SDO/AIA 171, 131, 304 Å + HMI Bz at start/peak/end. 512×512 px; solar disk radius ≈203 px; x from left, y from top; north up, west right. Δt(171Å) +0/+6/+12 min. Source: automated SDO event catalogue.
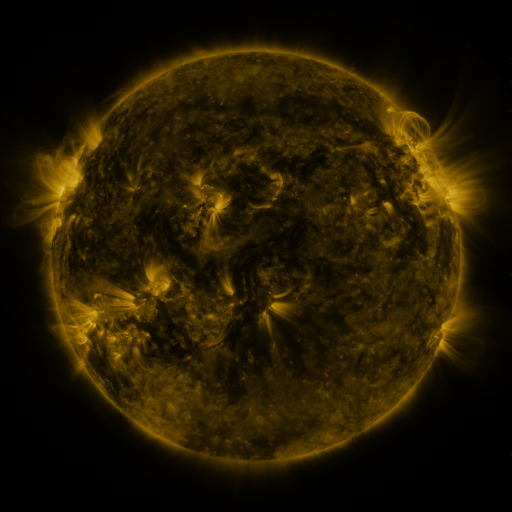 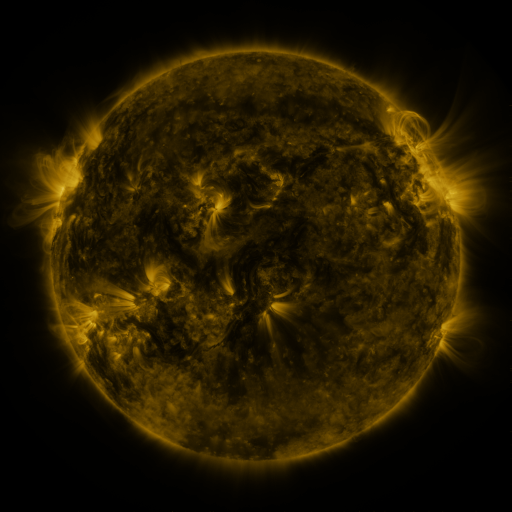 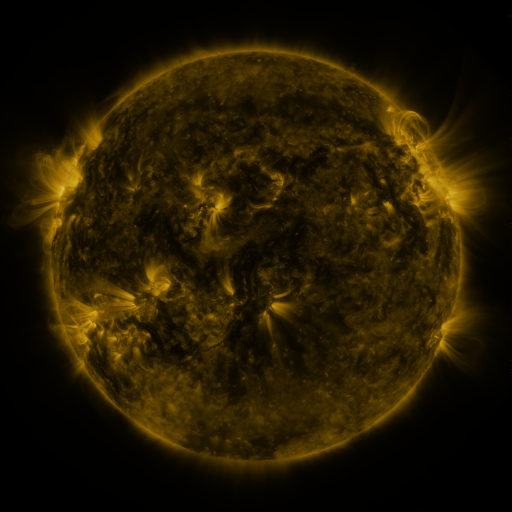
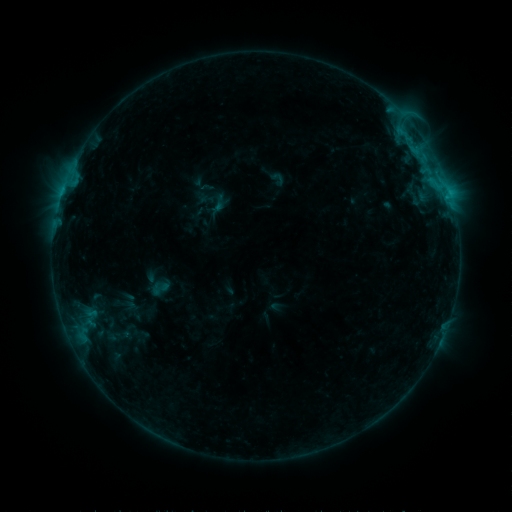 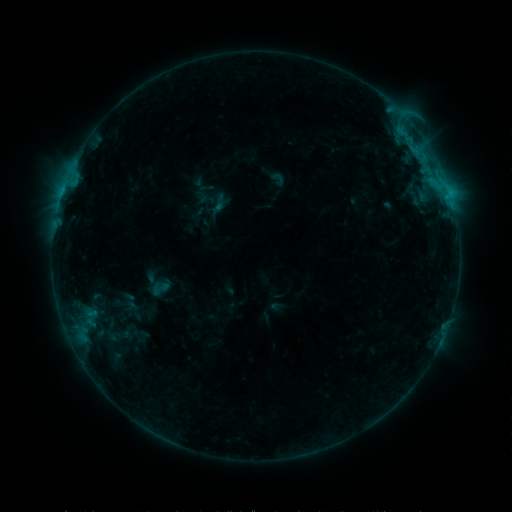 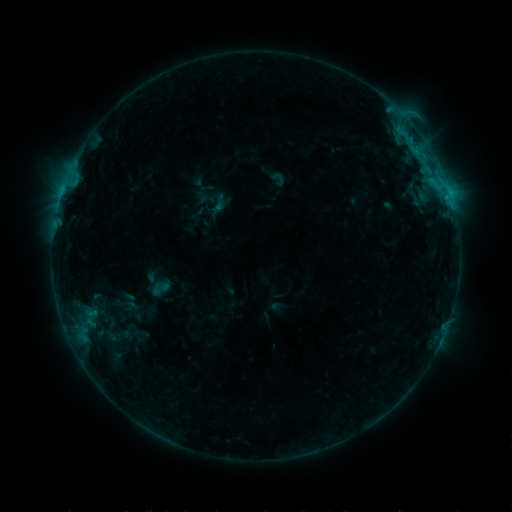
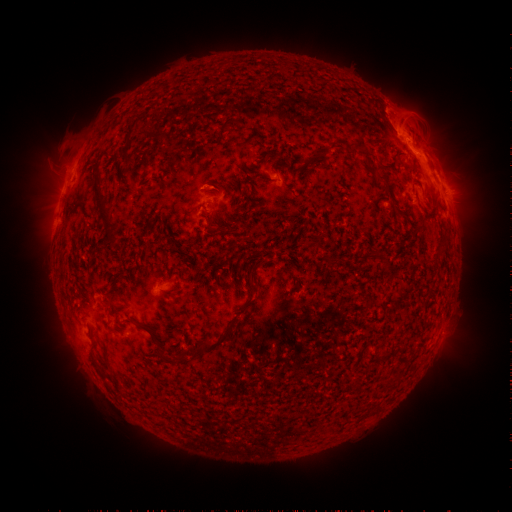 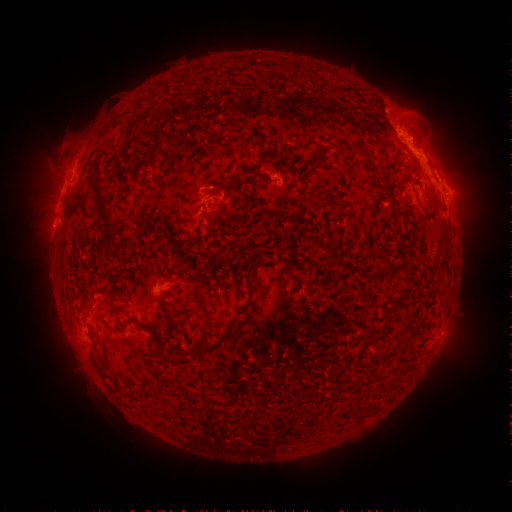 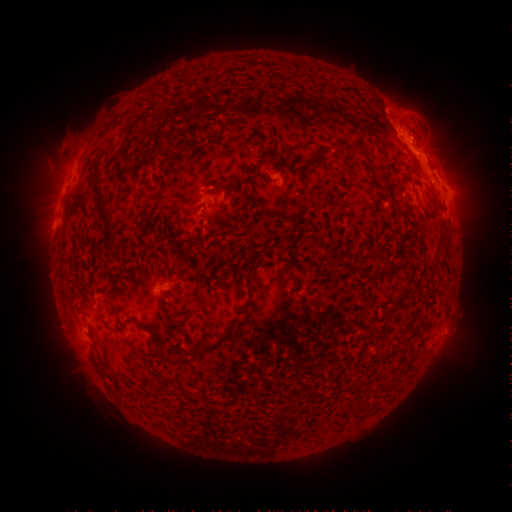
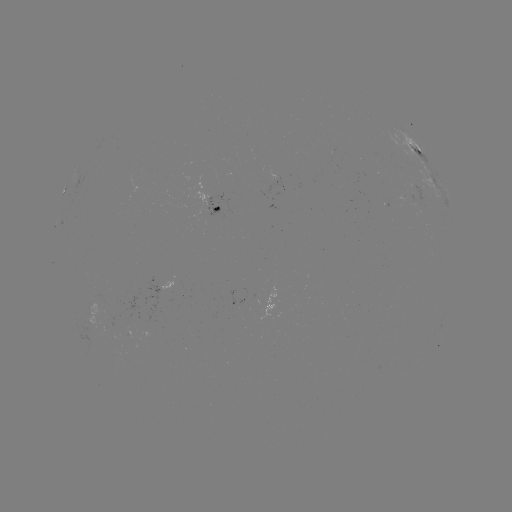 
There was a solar eruption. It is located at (50, 229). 